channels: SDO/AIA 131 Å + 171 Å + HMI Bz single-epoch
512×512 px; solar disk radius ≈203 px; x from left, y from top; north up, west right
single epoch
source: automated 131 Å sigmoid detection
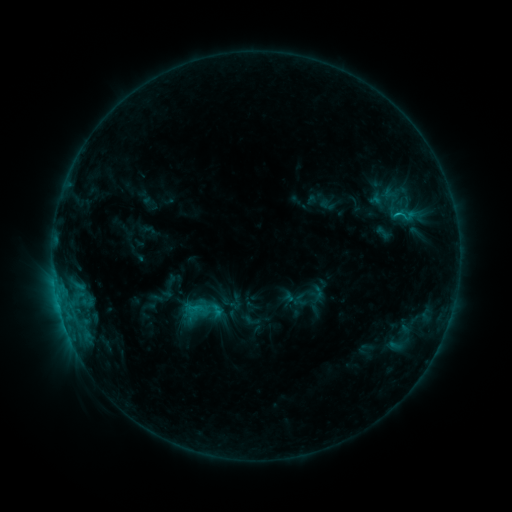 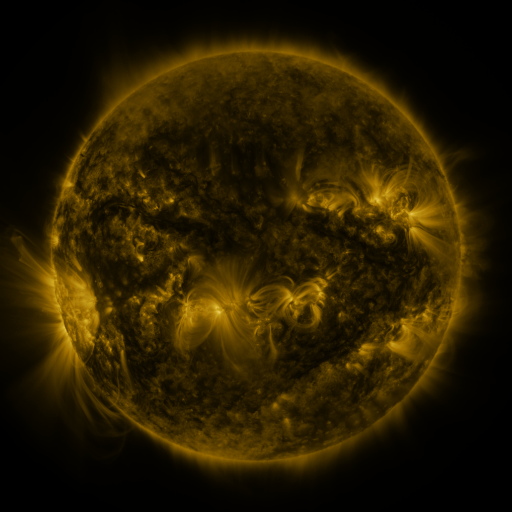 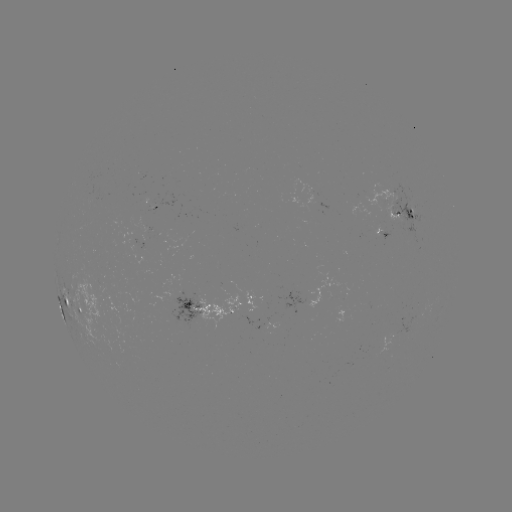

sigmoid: (389, 206, 415, 225)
